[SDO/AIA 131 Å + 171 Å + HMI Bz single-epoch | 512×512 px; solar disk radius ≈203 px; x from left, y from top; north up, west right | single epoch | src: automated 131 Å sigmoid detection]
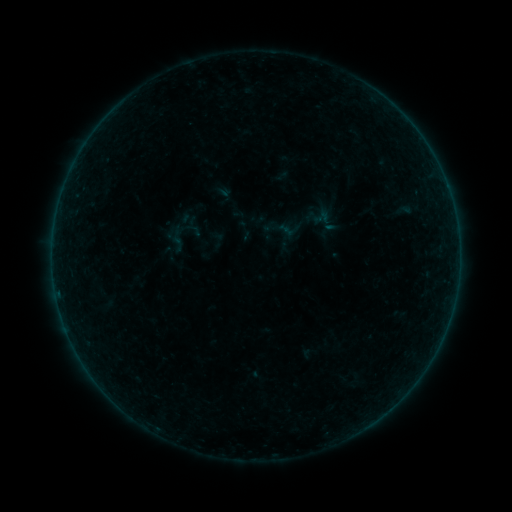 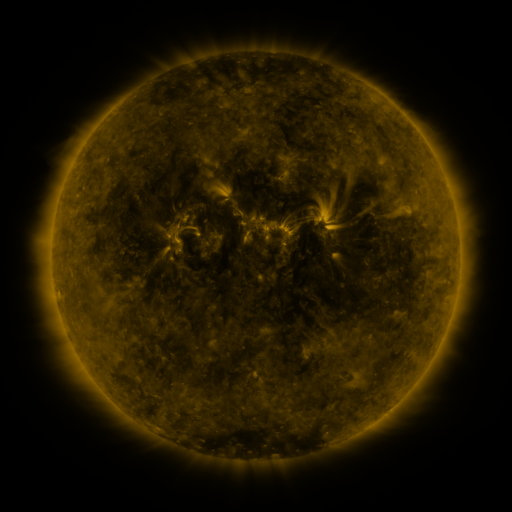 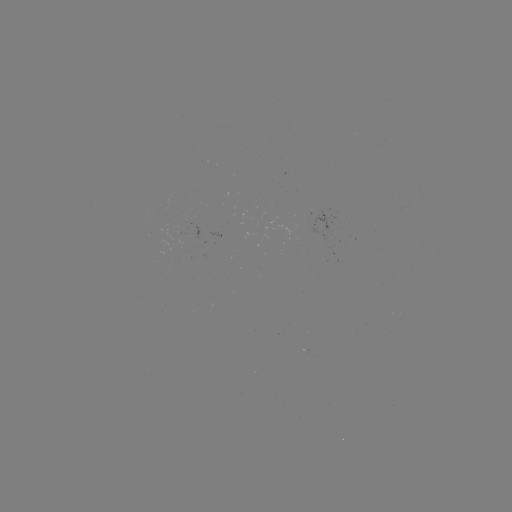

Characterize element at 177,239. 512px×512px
sigmoid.